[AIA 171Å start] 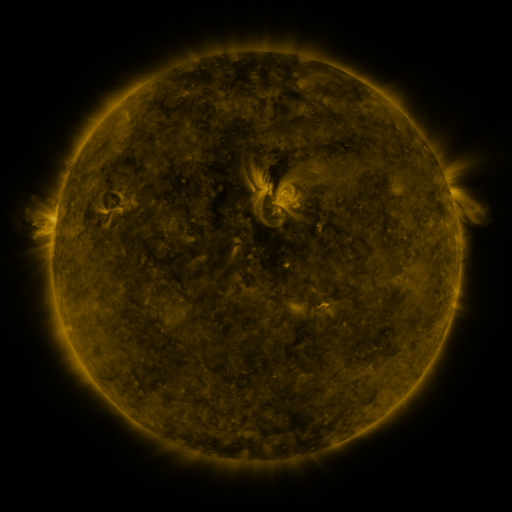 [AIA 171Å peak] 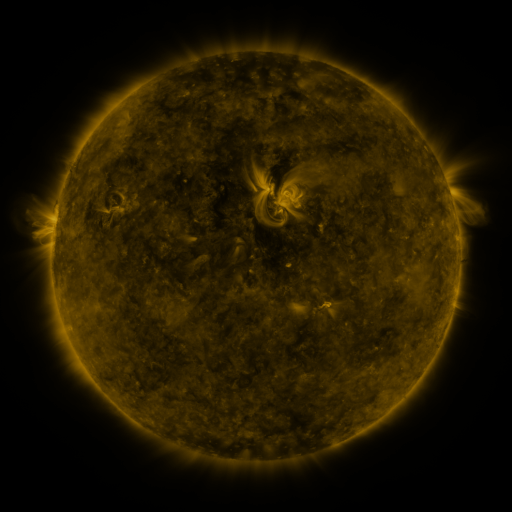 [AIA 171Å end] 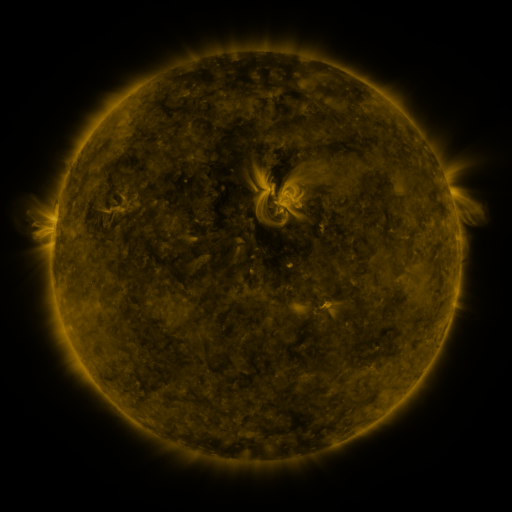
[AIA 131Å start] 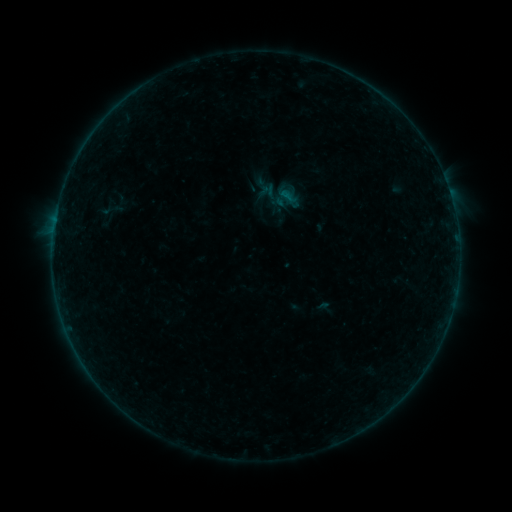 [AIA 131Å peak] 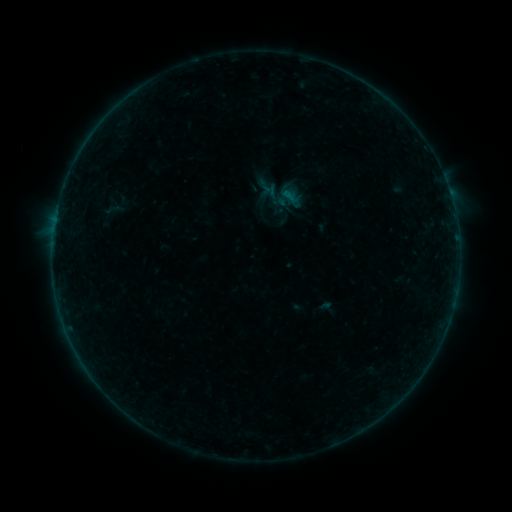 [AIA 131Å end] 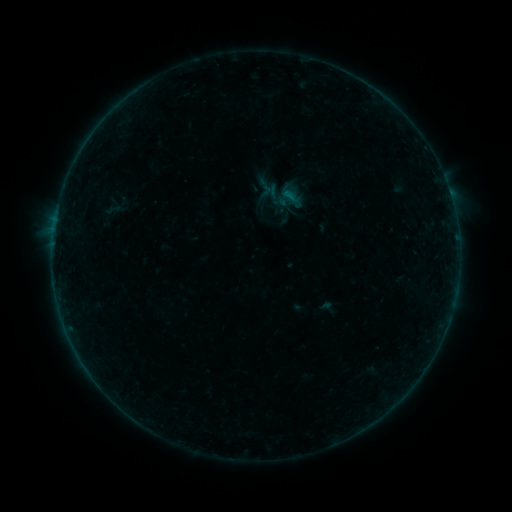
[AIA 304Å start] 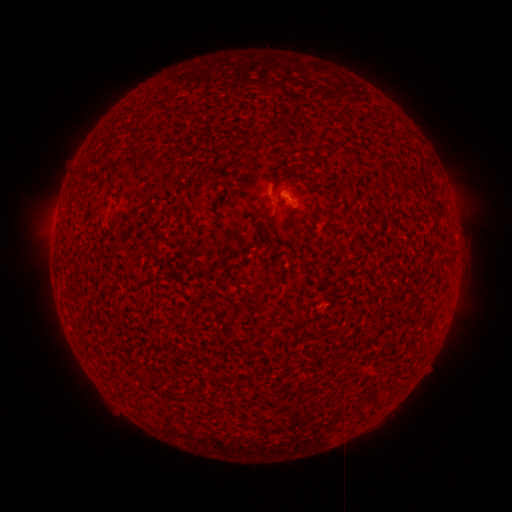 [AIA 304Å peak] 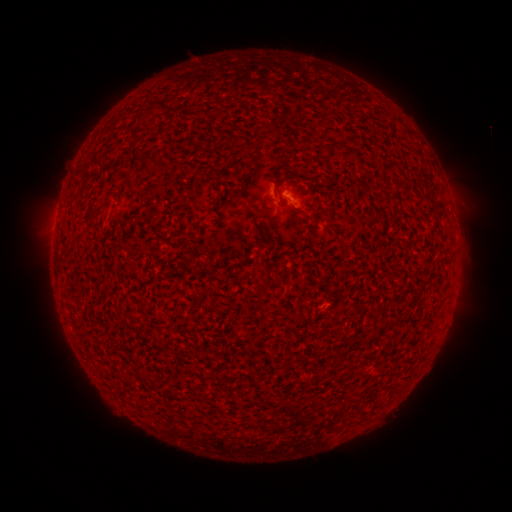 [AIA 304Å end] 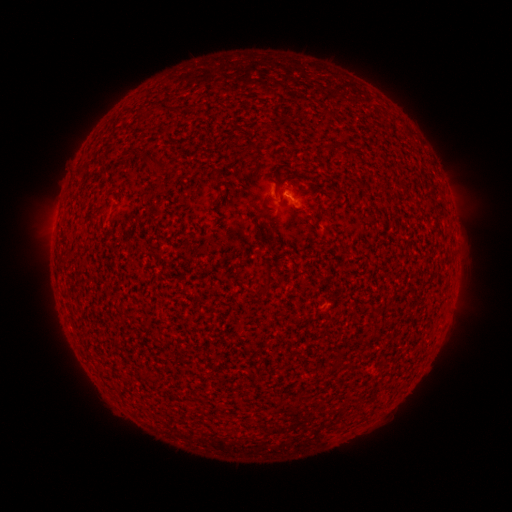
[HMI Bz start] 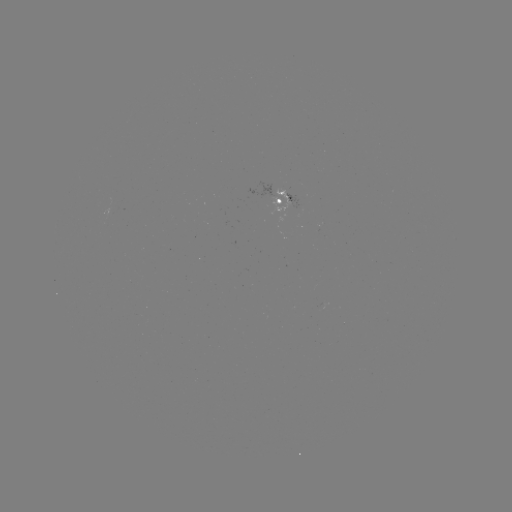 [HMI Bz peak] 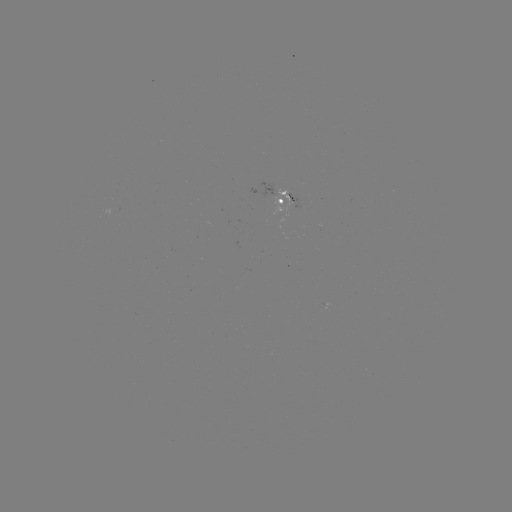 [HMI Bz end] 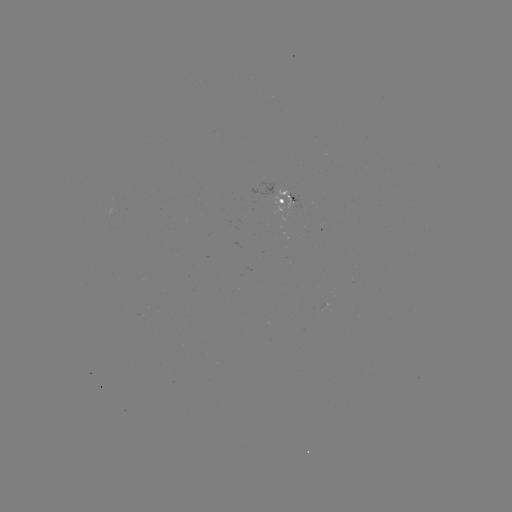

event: emerging-flux region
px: (278, 196)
